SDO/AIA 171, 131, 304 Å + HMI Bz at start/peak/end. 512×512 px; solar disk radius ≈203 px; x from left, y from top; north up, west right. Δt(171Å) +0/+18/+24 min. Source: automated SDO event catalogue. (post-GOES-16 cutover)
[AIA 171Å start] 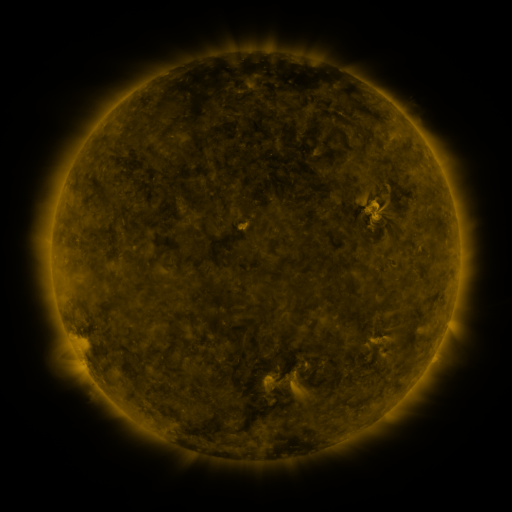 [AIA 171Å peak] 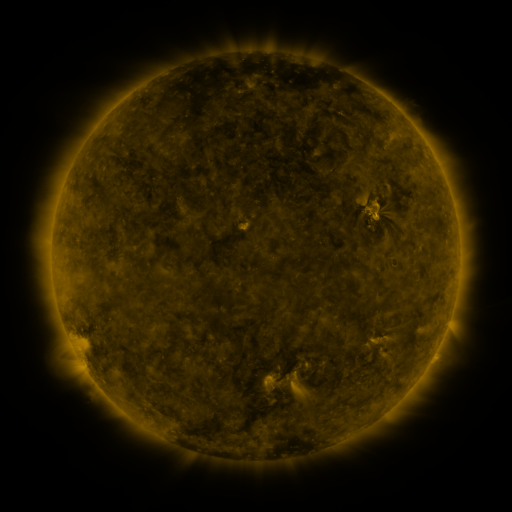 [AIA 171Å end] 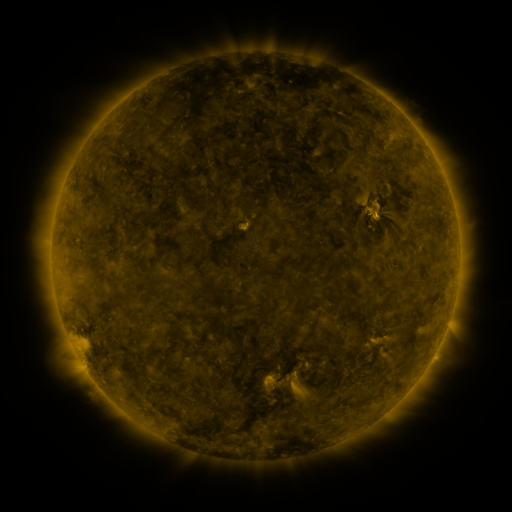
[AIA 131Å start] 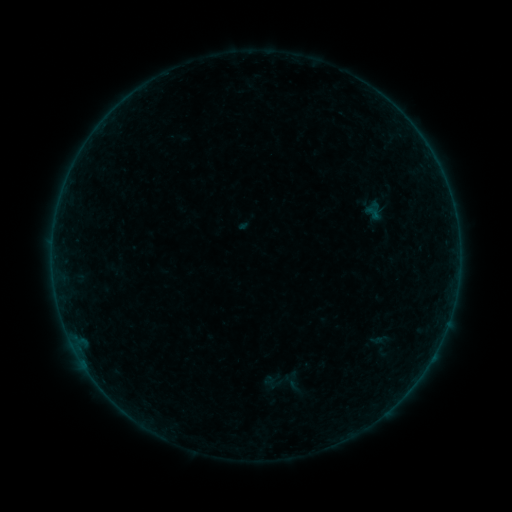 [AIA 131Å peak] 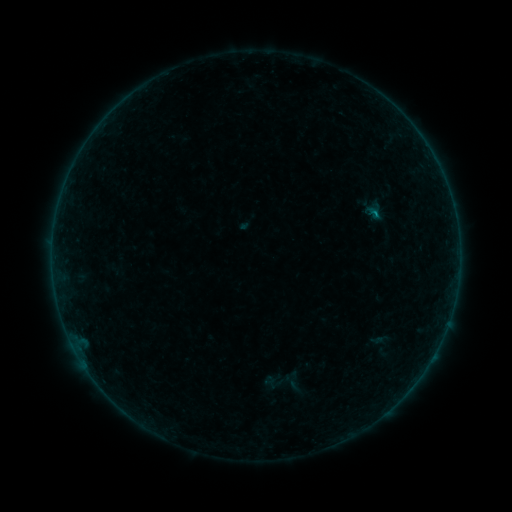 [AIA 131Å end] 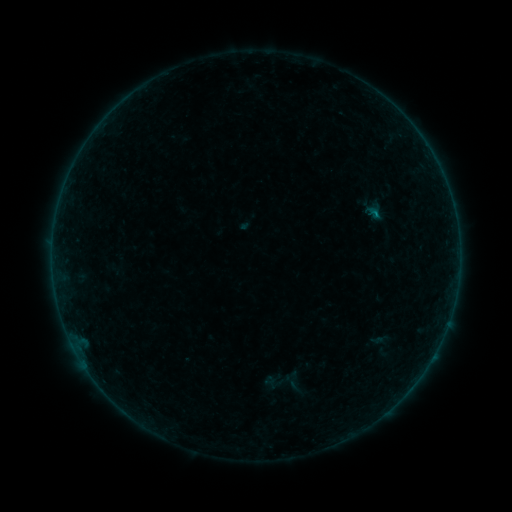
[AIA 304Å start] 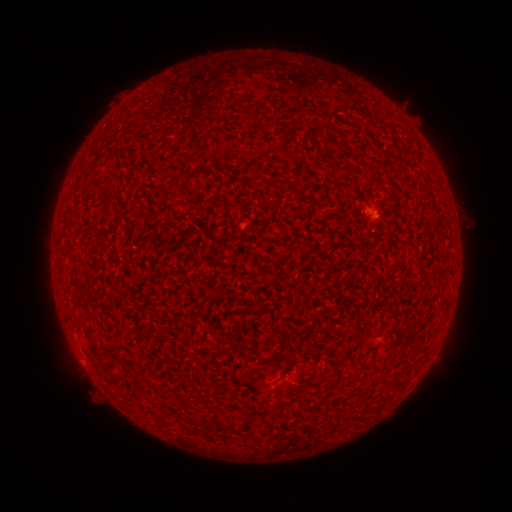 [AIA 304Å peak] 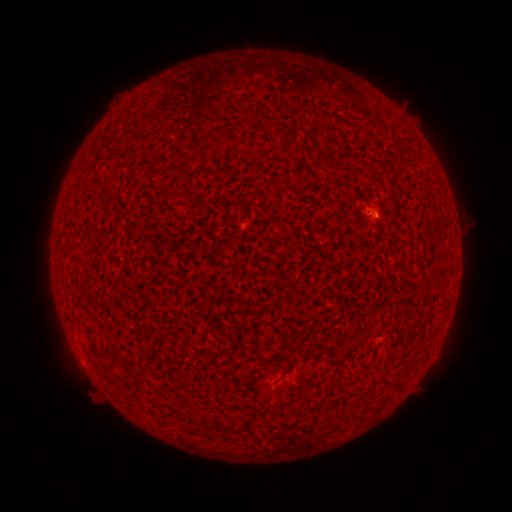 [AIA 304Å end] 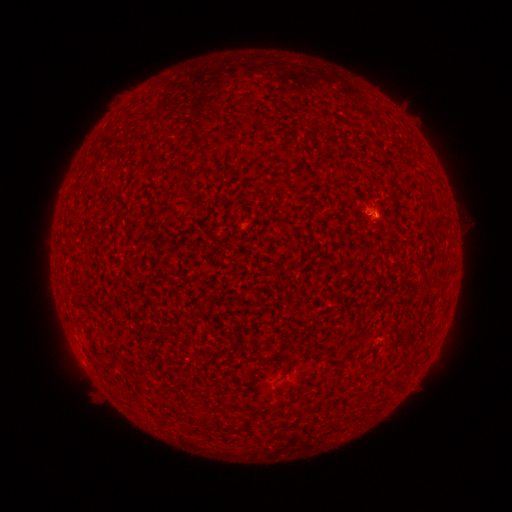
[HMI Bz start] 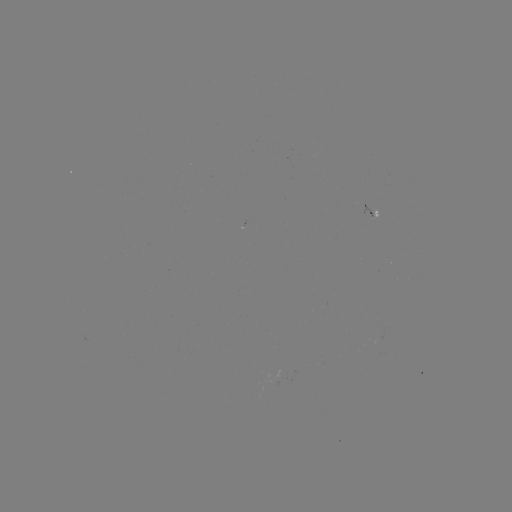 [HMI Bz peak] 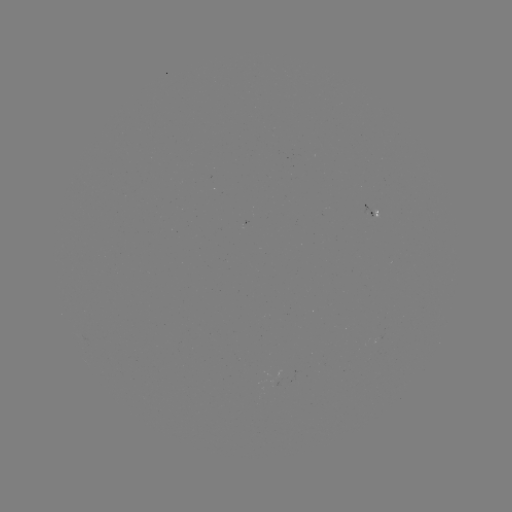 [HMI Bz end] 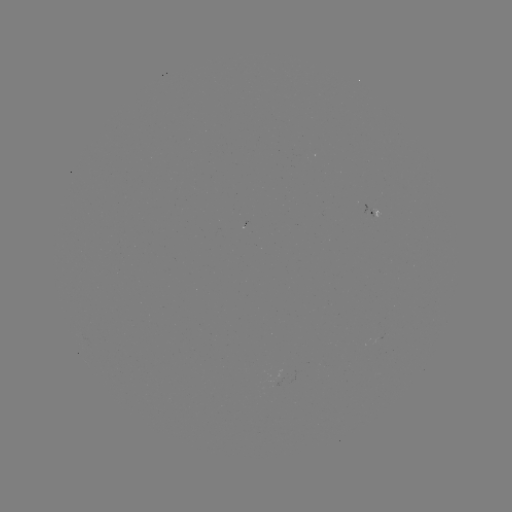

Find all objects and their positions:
B2.3 flare: (373, 215)
